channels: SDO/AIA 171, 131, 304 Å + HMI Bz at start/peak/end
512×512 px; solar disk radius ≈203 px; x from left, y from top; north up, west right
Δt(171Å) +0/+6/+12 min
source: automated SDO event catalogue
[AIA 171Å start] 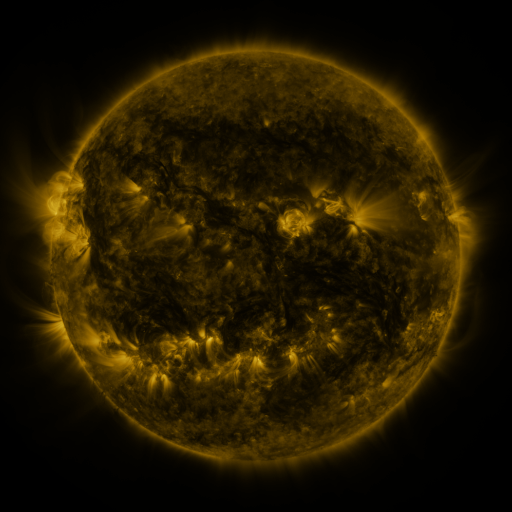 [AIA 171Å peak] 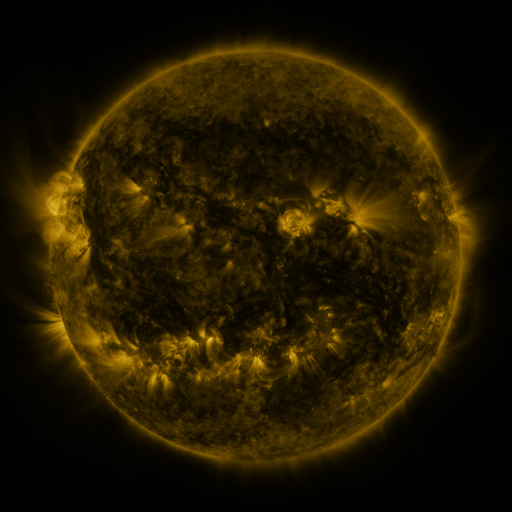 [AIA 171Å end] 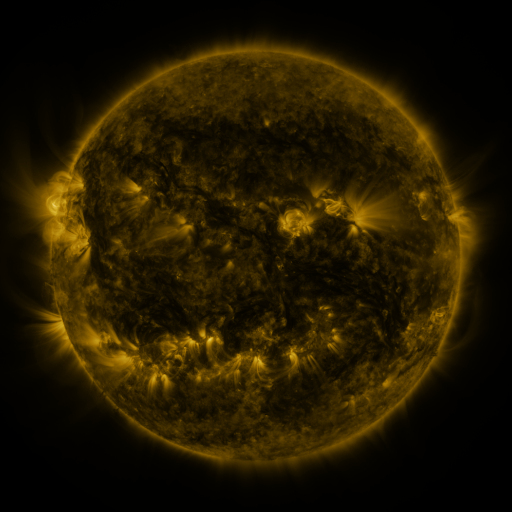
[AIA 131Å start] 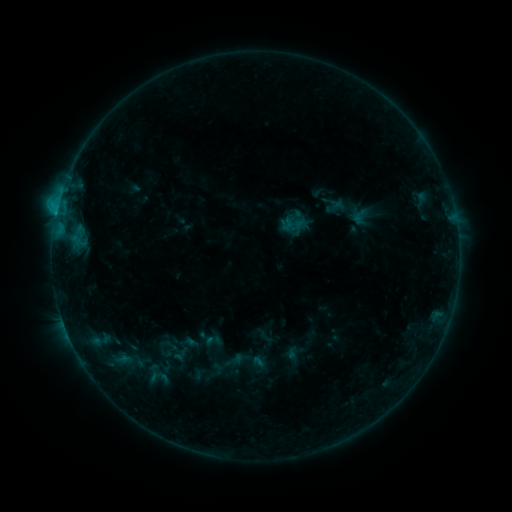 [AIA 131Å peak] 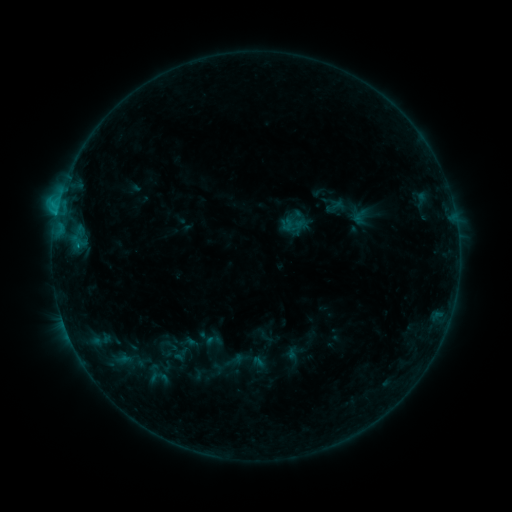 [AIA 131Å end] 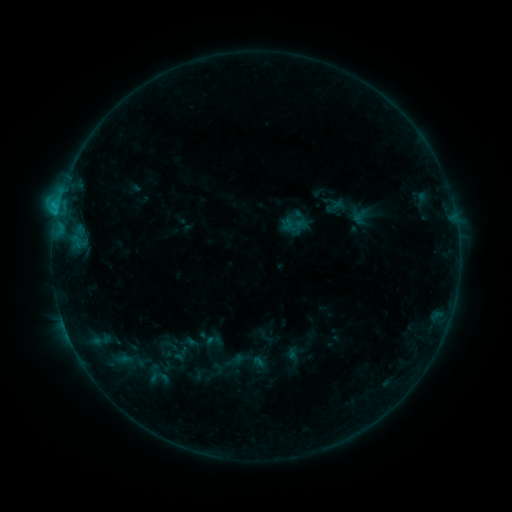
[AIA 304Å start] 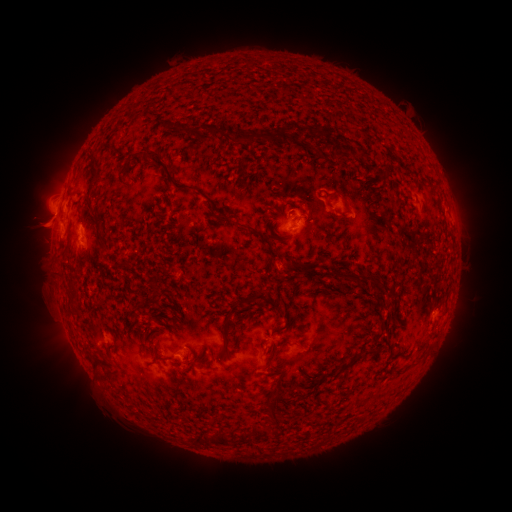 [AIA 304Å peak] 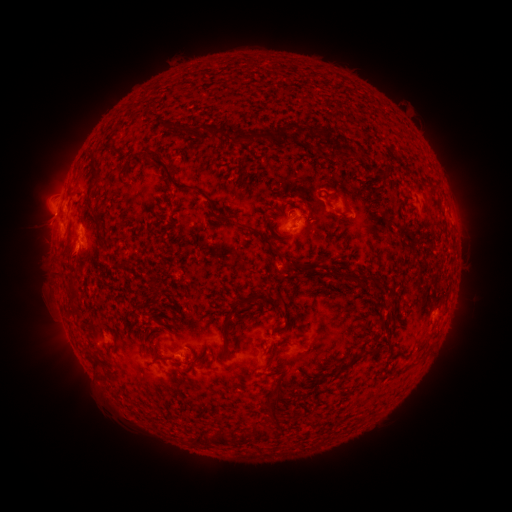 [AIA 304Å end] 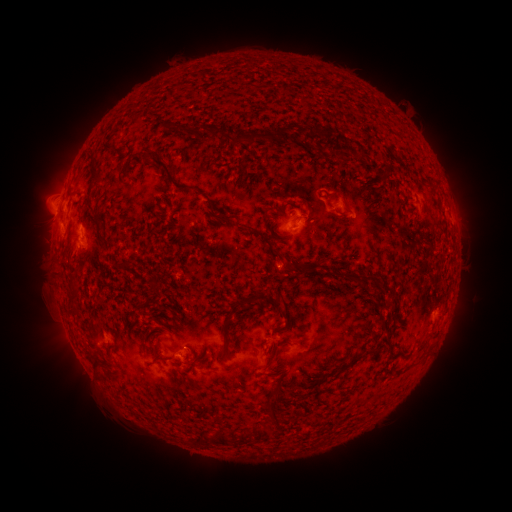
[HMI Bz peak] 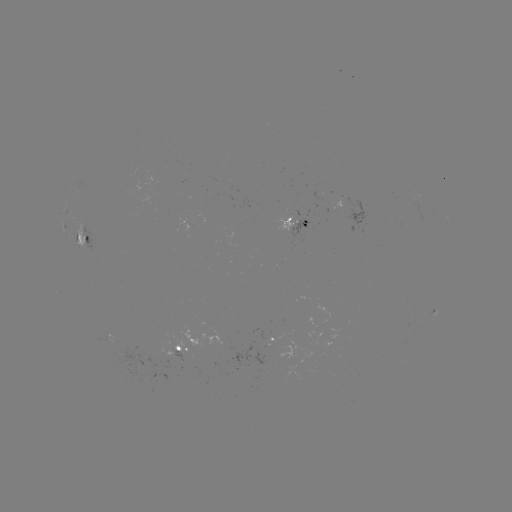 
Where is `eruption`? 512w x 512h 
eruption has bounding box [49, 233, 95, 279].